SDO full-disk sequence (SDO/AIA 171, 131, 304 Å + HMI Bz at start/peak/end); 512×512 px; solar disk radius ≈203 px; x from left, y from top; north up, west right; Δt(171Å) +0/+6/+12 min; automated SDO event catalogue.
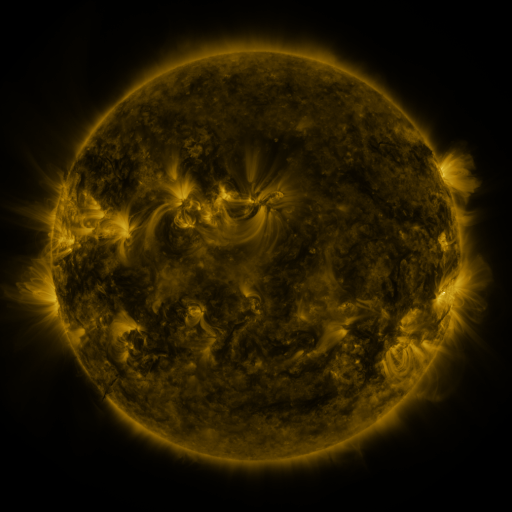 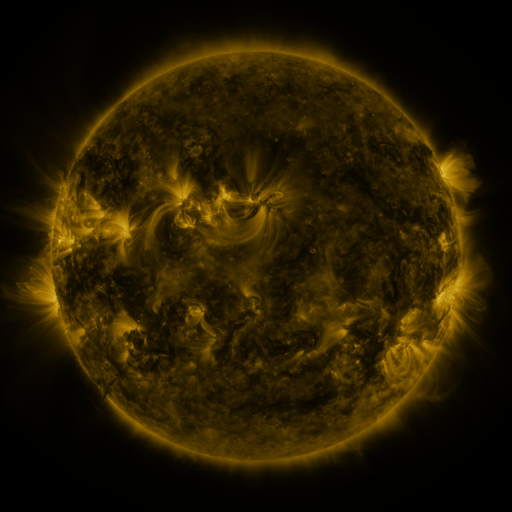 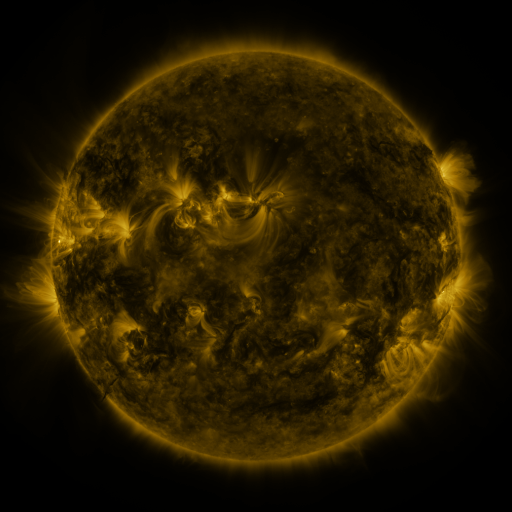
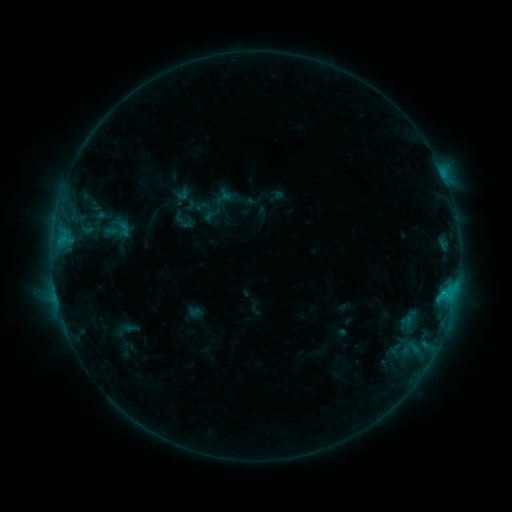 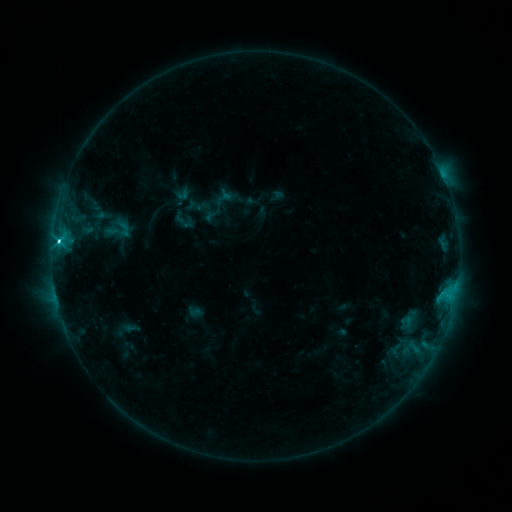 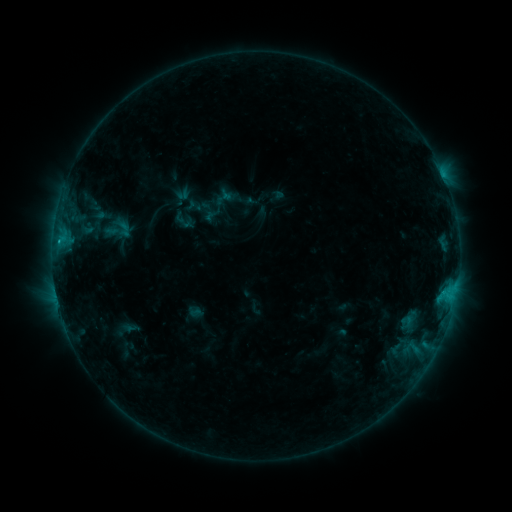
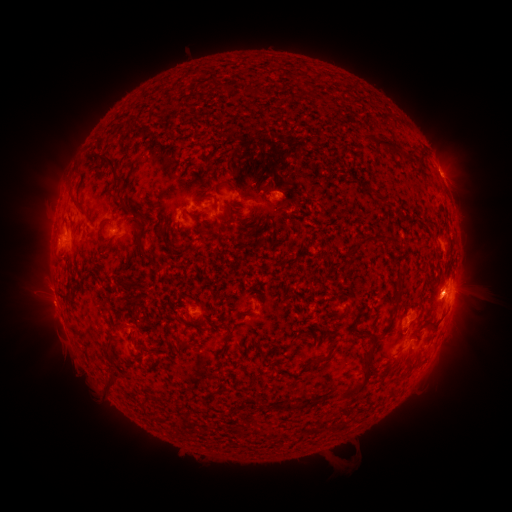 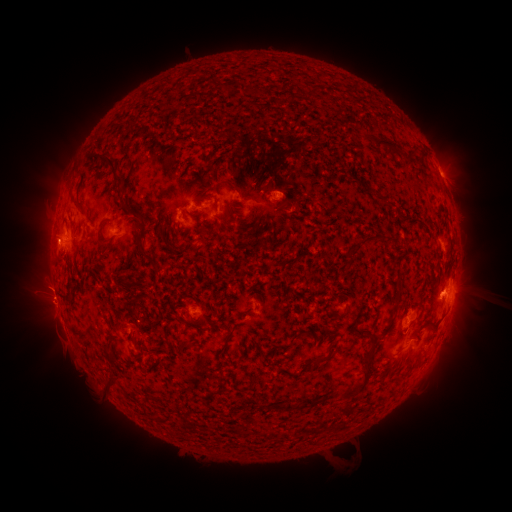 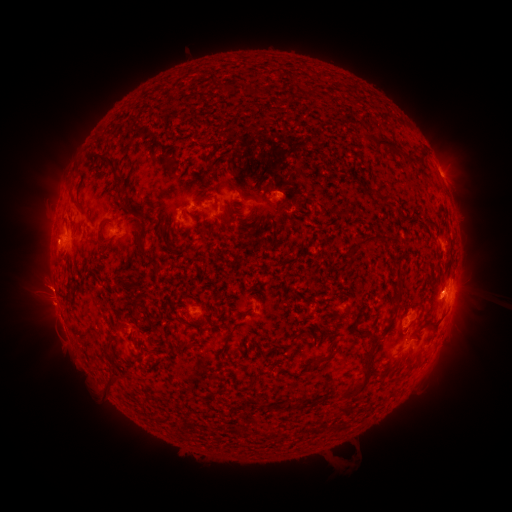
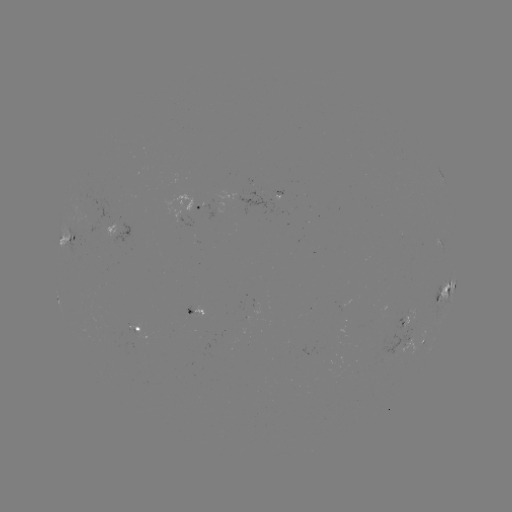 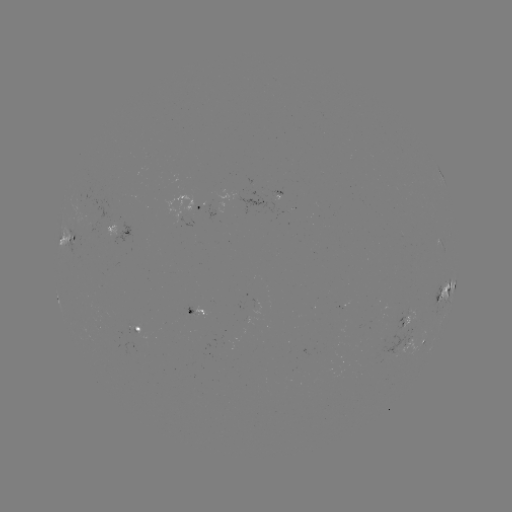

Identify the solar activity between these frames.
C3.3 flare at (58, 242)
